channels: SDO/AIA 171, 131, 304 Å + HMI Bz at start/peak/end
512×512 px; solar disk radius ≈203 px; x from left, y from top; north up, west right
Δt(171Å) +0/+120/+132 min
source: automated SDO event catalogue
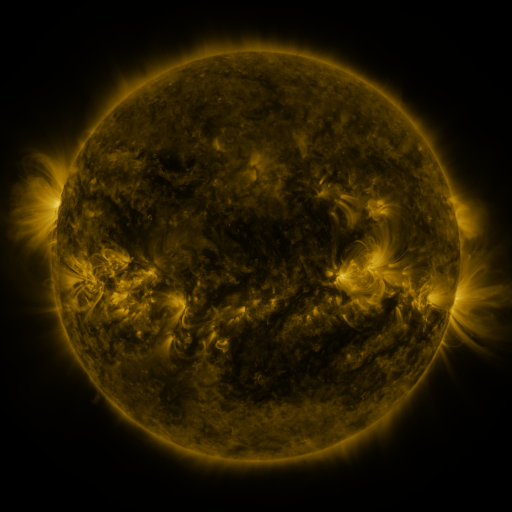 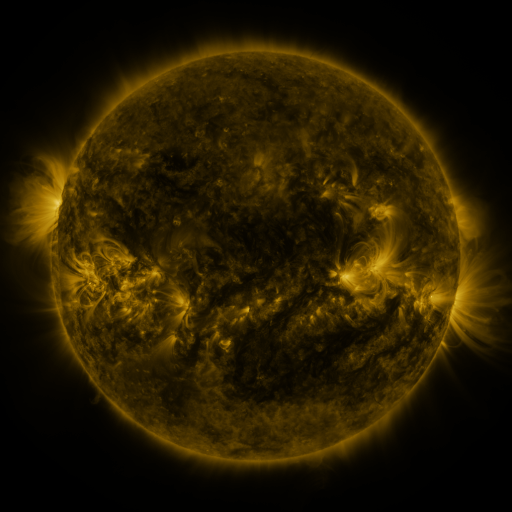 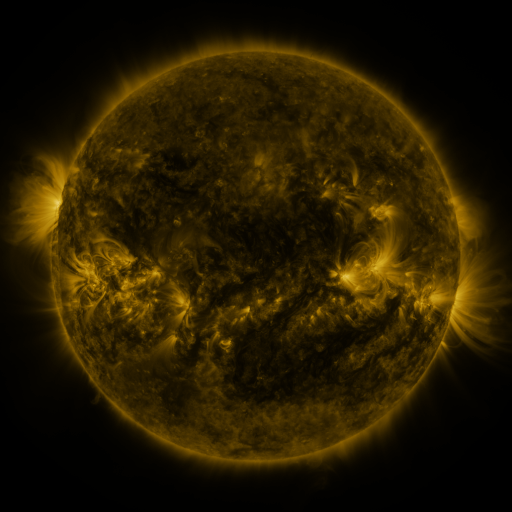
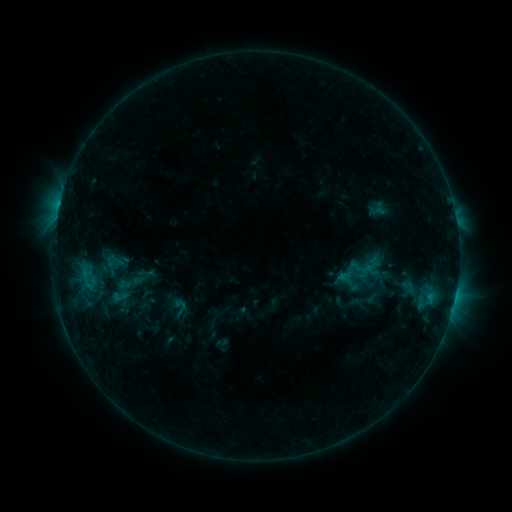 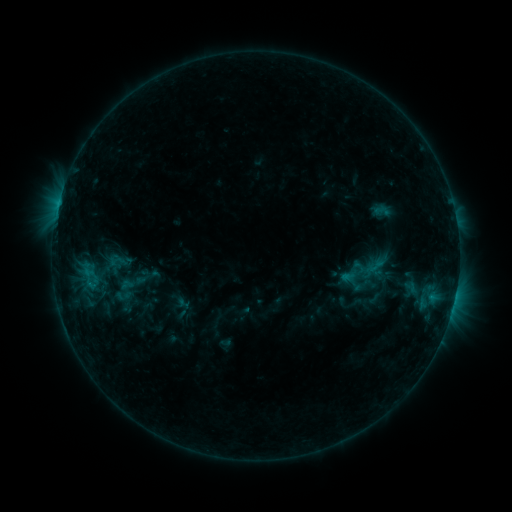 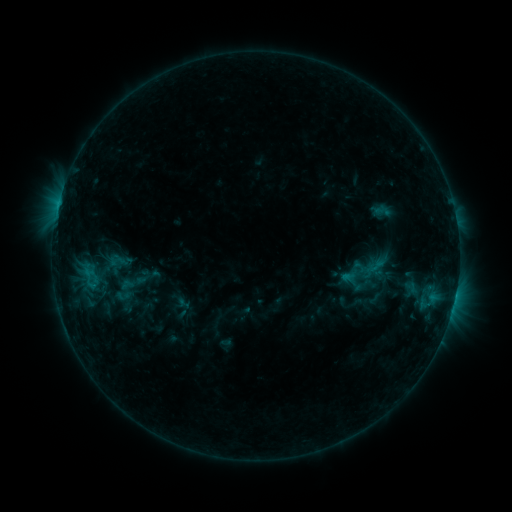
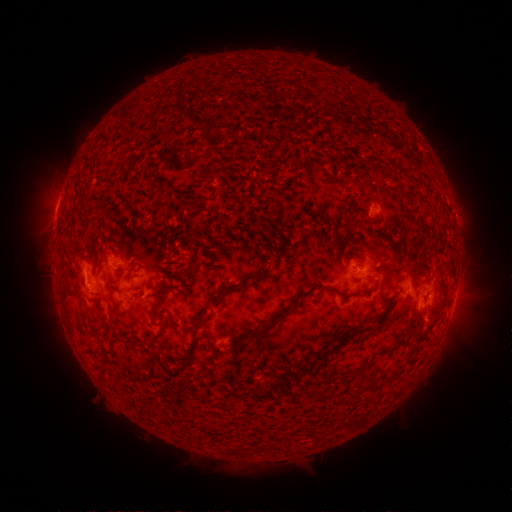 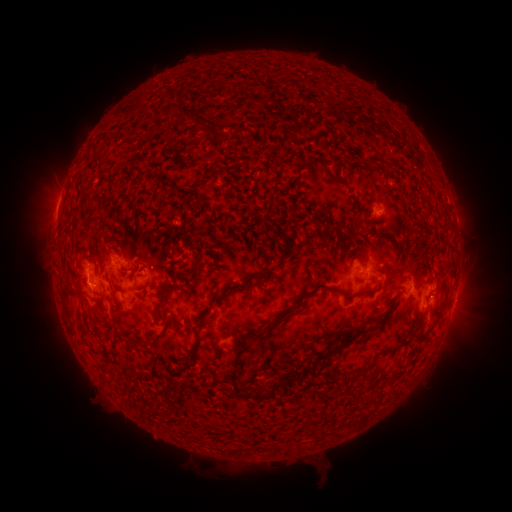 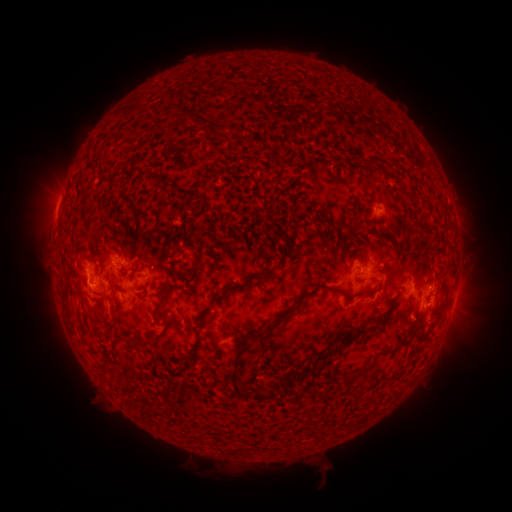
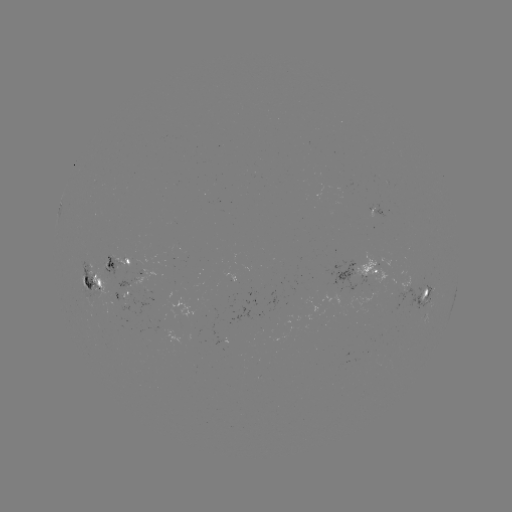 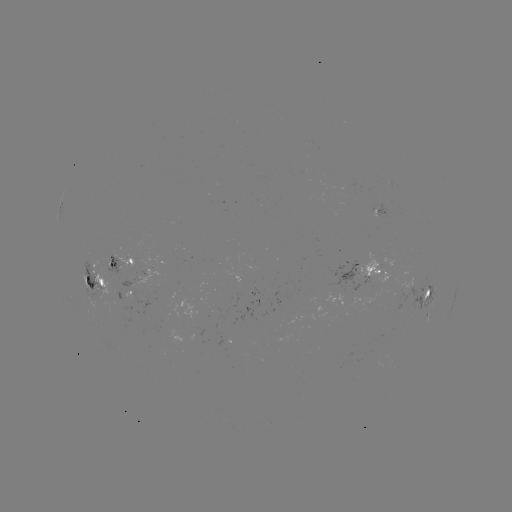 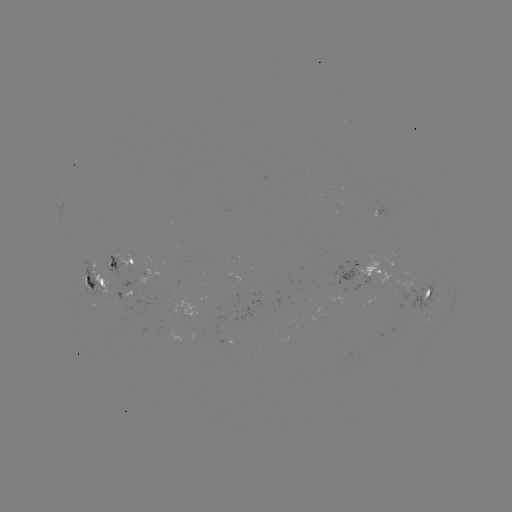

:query emerging-flux region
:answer [365, 272]